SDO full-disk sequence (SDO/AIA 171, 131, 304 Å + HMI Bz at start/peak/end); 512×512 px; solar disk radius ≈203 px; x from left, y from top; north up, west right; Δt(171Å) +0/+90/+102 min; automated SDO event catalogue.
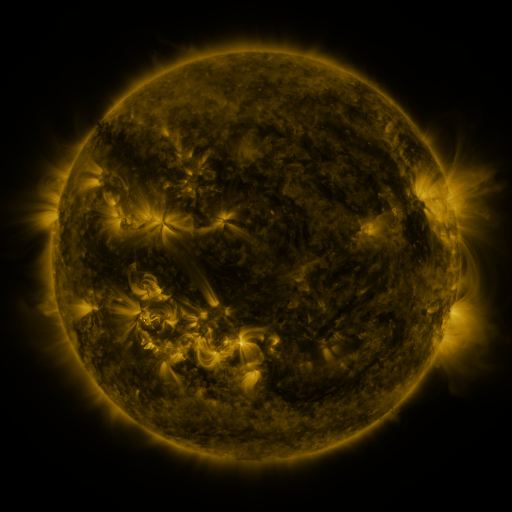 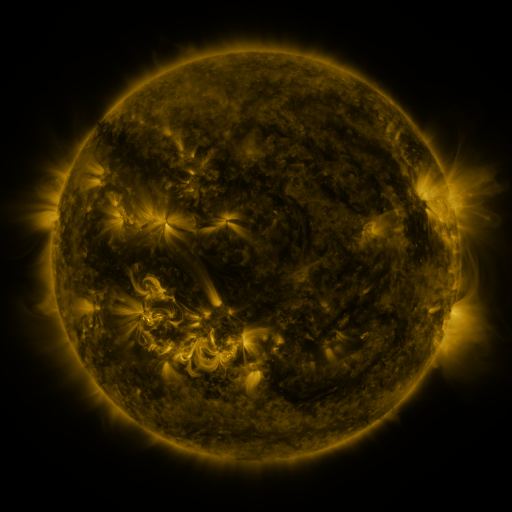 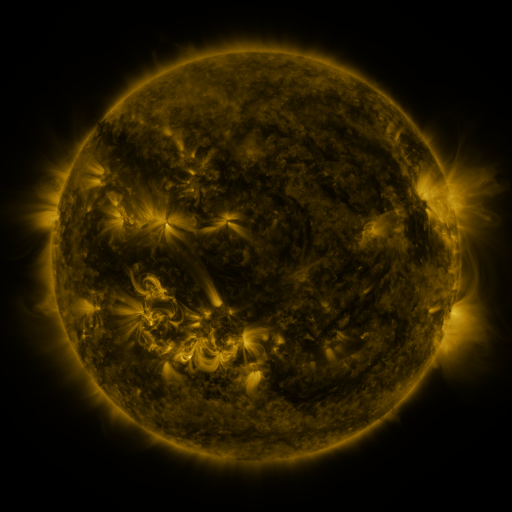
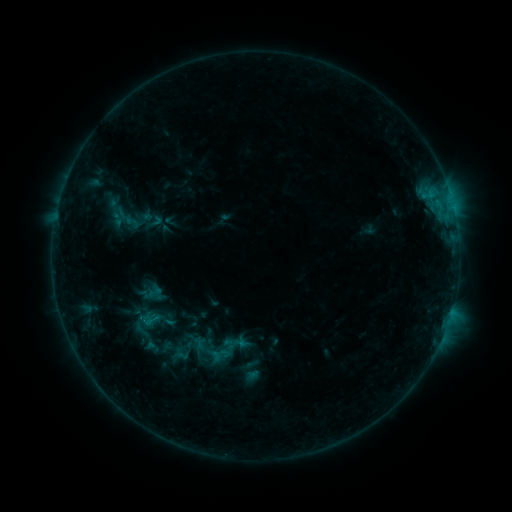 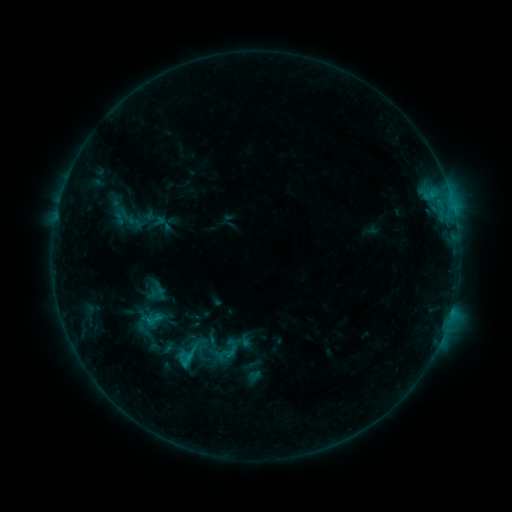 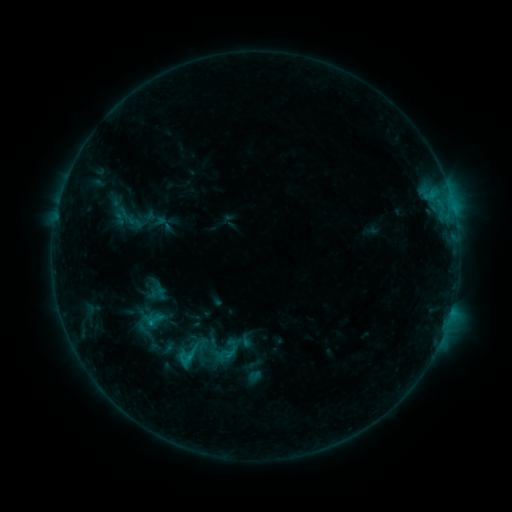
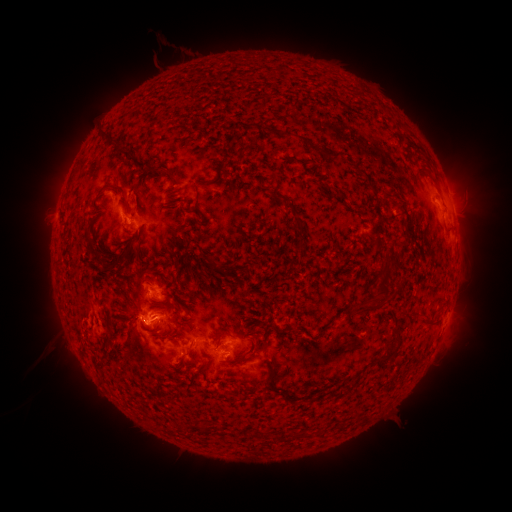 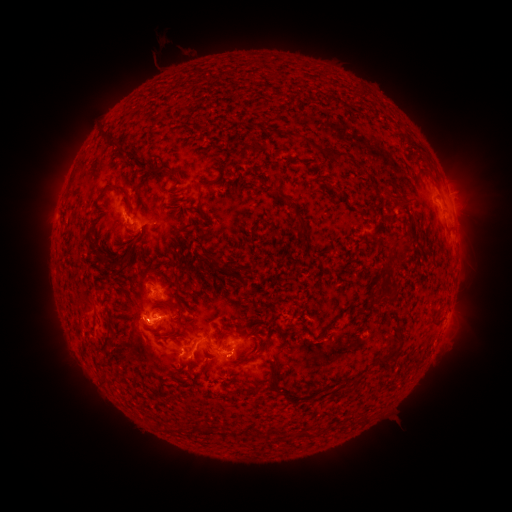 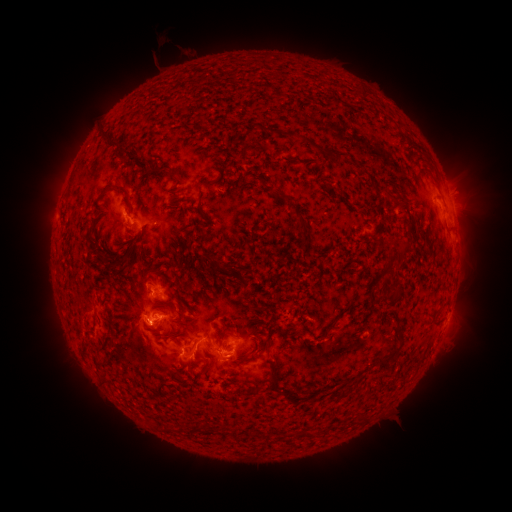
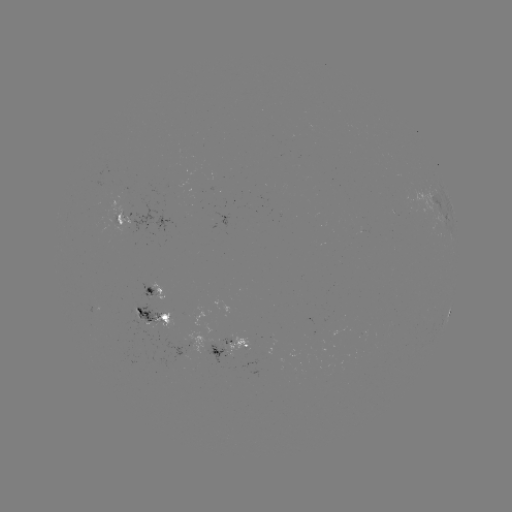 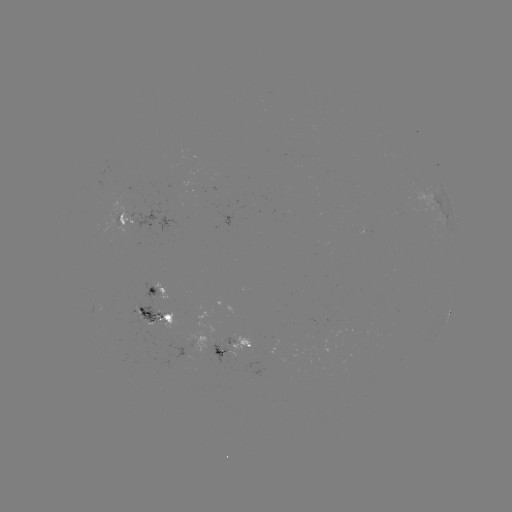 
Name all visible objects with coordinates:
C1.4 flare: (184, 363)
